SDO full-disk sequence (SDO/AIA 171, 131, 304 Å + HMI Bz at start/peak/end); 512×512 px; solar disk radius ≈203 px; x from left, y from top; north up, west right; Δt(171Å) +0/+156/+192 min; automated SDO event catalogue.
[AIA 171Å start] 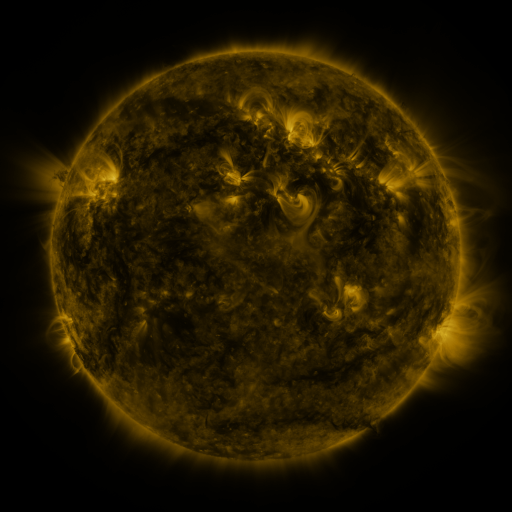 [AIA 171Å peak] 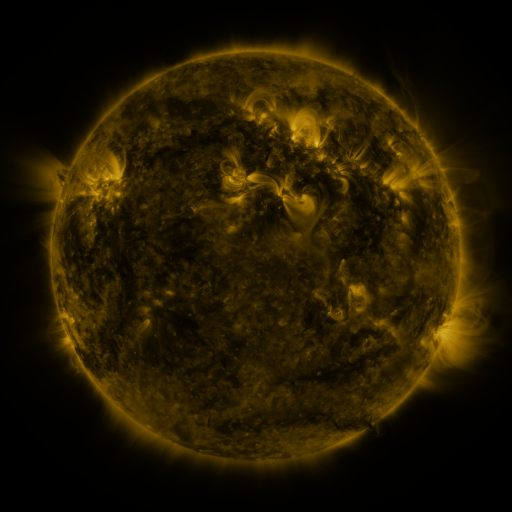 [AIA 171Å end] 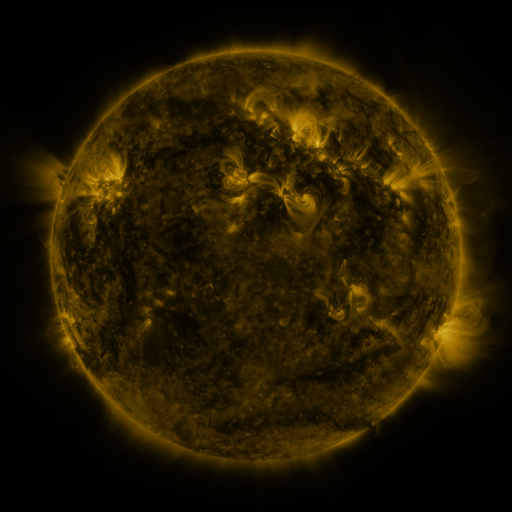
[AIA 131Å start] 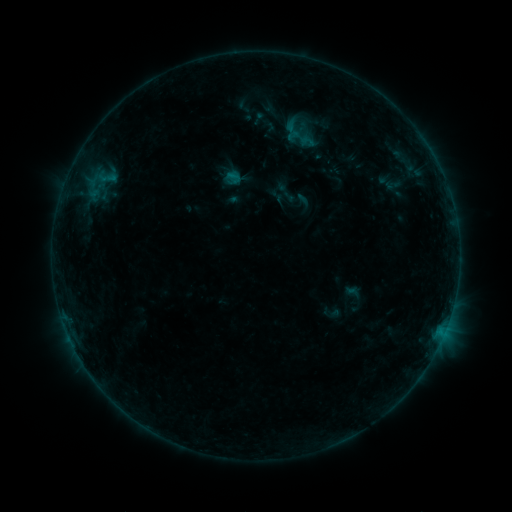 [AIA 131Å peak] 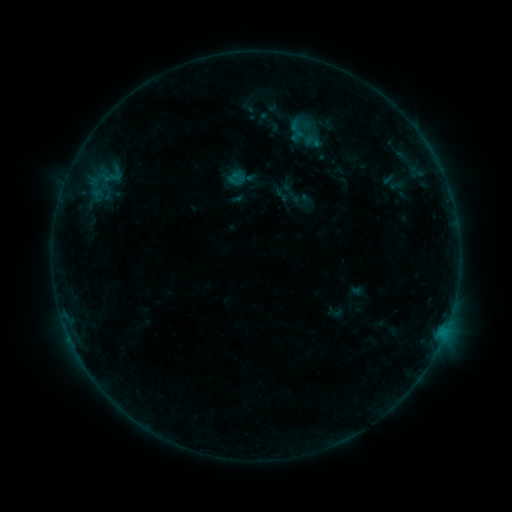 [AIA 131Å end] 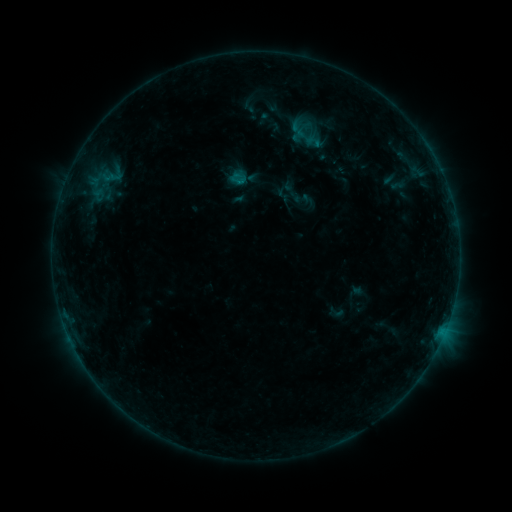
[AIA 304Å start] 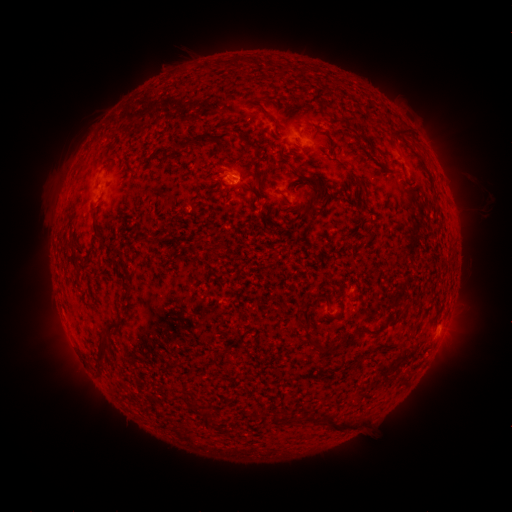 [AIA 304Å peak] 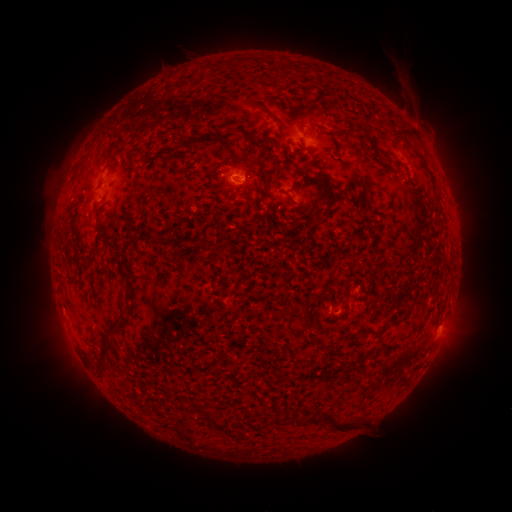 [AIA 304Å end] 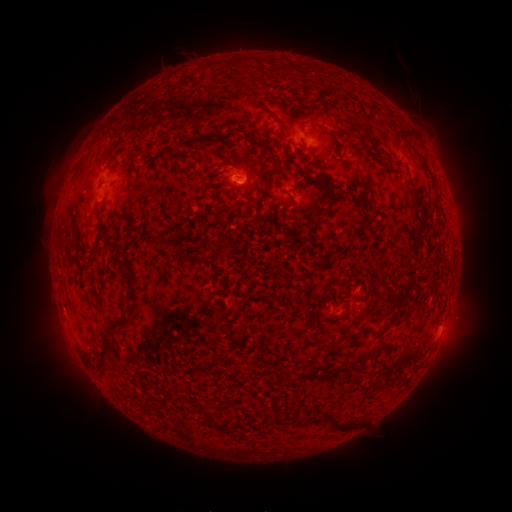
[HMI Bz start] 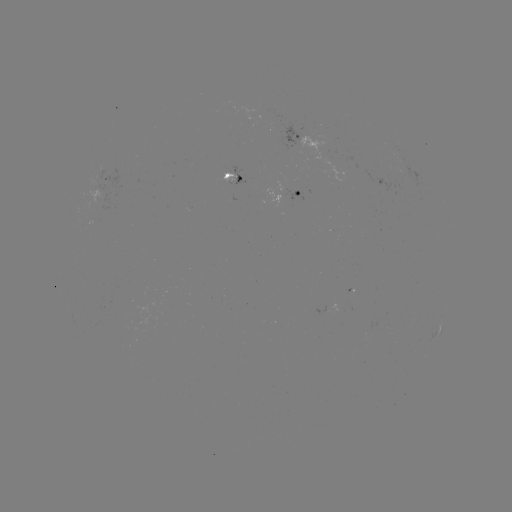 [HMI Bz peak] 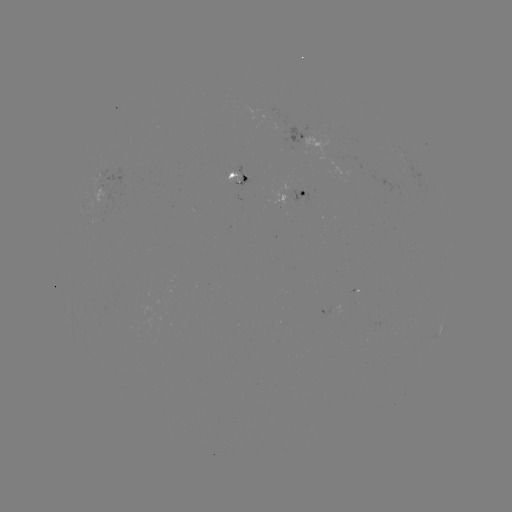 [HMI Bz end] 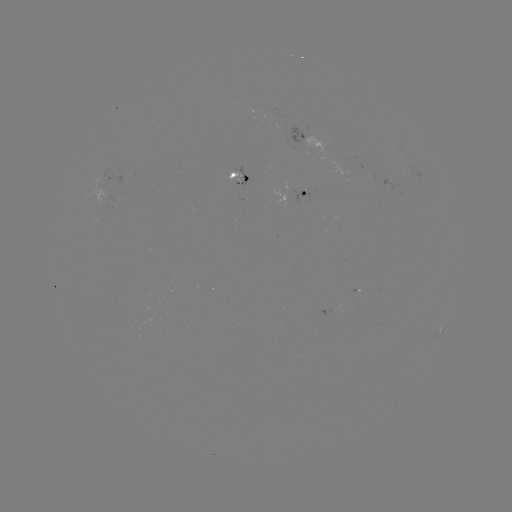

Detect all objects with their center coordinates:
emerging-flux region: (232, 172)
